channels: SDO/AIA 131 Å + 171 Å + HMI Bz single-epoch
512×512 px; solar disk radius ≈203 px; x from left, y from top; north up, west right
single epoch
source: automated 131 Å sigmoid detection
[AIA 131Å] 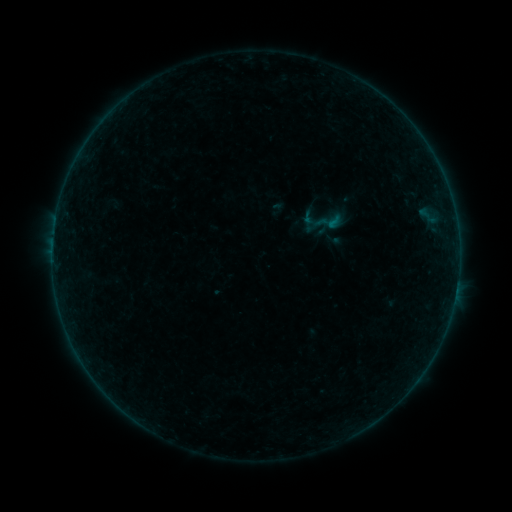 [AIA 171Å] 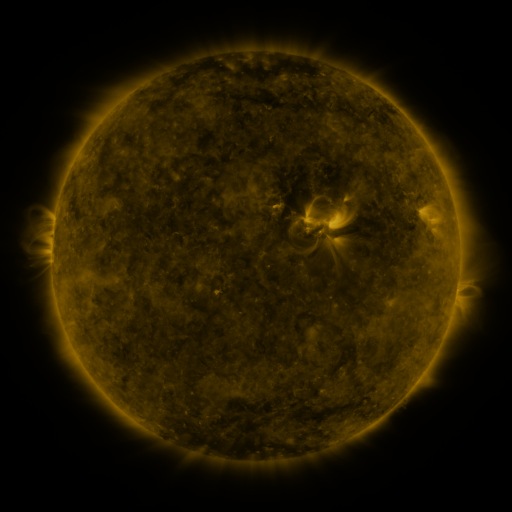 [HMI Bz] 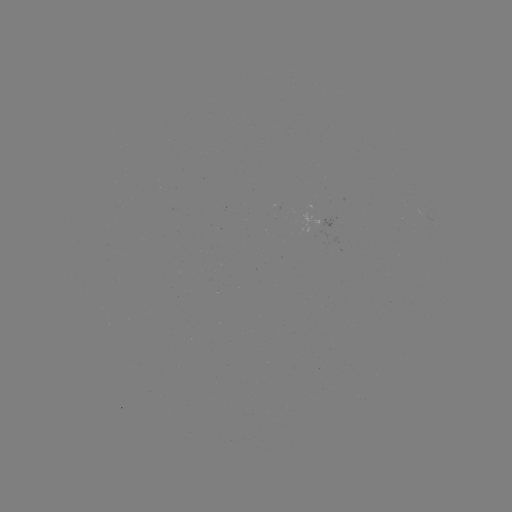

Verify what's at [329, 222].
sigmoid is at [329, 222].